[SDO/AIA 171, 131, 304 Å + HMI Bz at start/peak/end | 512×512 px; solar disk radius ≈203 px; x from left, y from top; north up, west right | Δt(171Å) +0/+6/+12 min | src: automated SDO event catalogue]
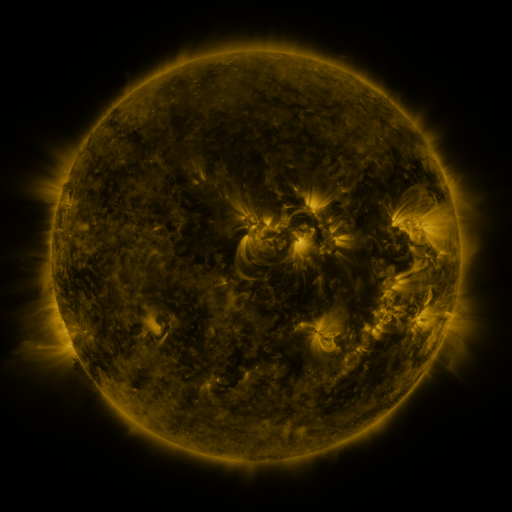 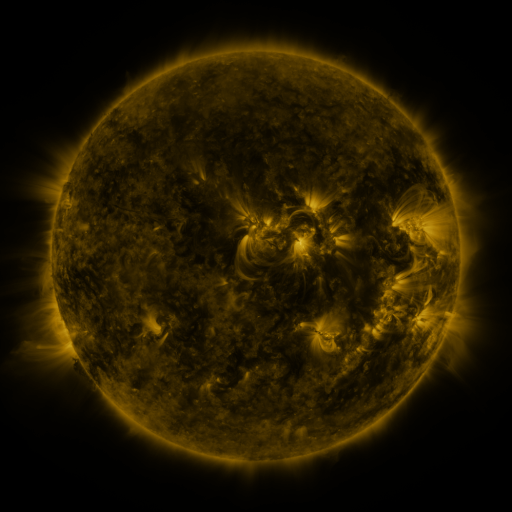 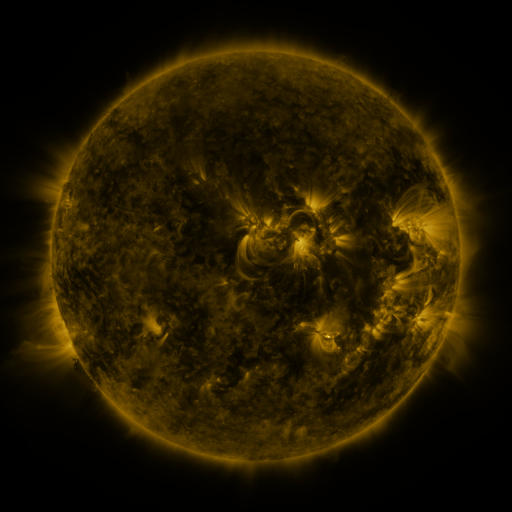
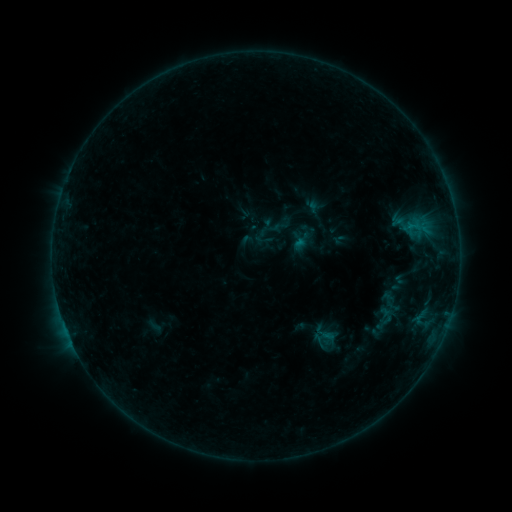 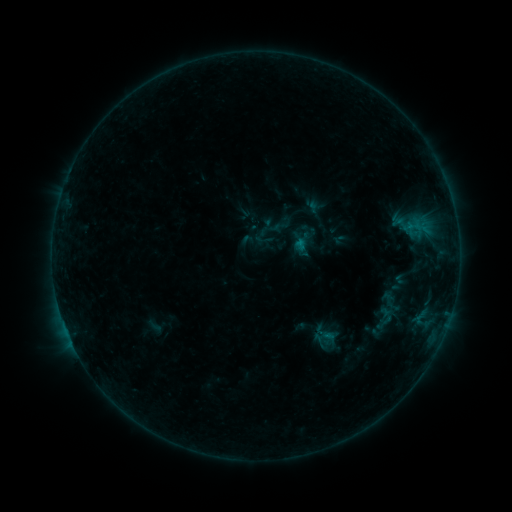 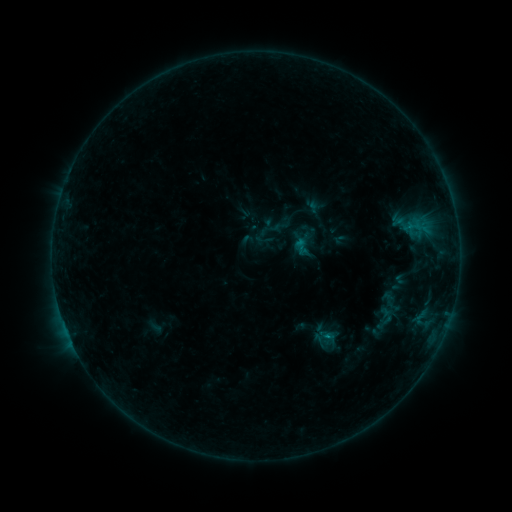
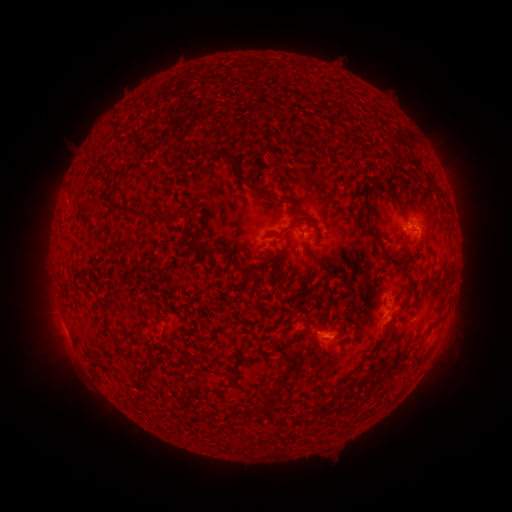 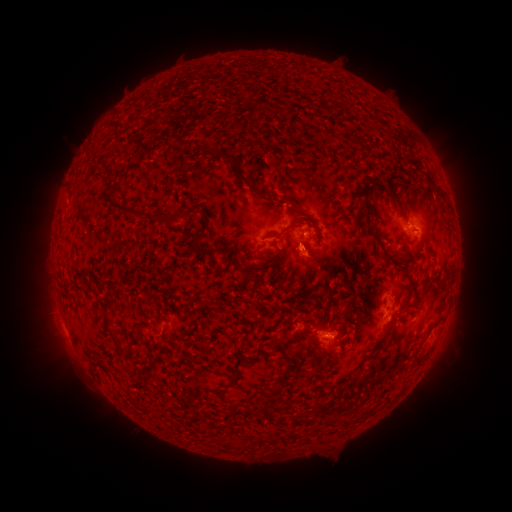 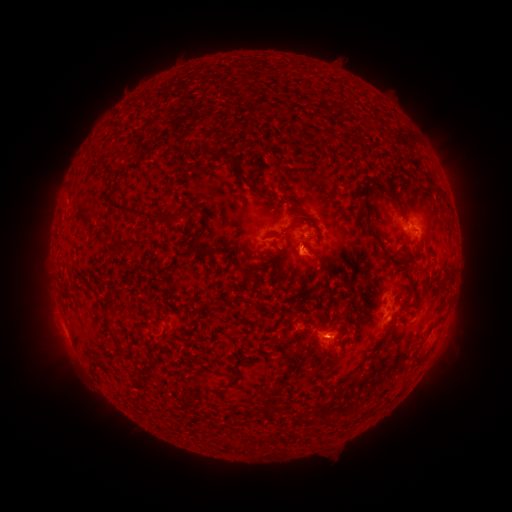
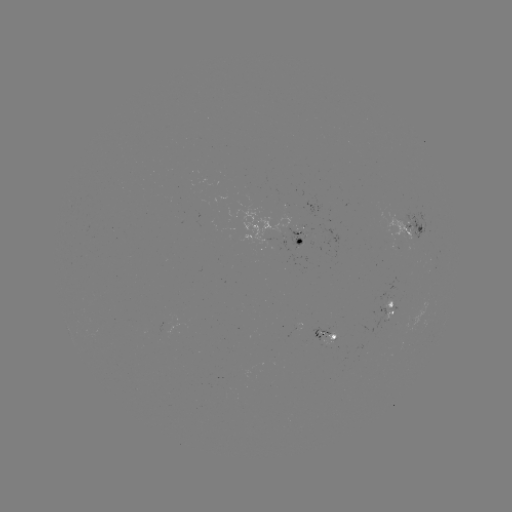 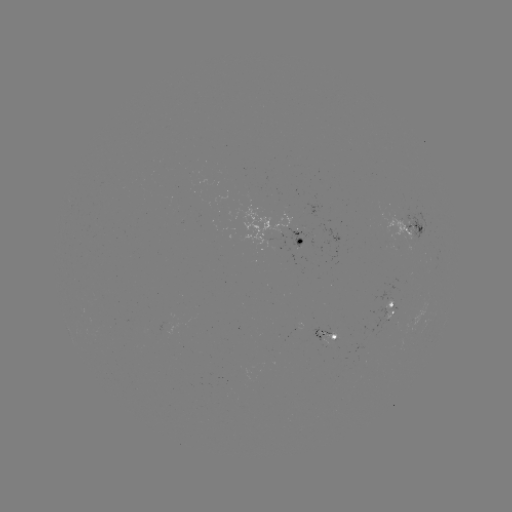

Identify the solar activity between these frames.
eruption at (317, 259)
